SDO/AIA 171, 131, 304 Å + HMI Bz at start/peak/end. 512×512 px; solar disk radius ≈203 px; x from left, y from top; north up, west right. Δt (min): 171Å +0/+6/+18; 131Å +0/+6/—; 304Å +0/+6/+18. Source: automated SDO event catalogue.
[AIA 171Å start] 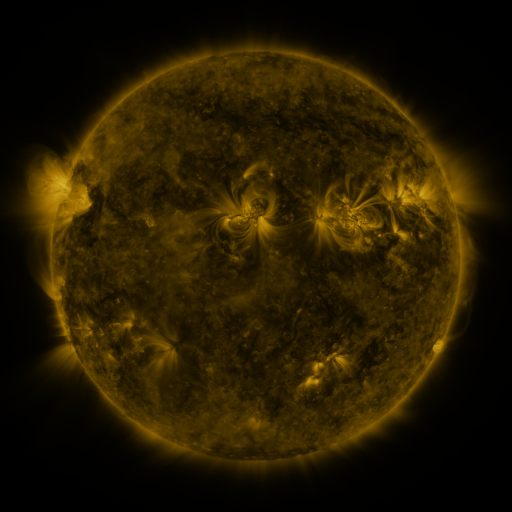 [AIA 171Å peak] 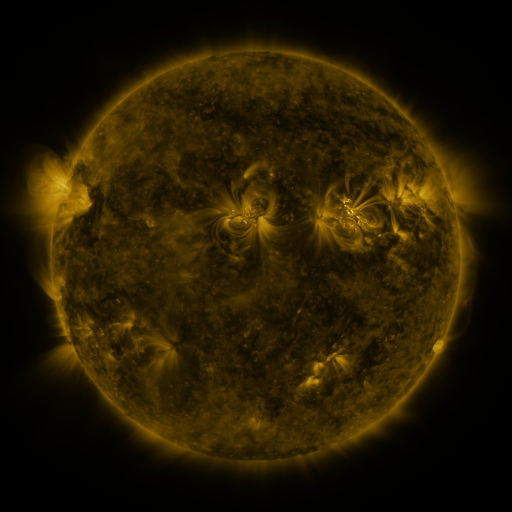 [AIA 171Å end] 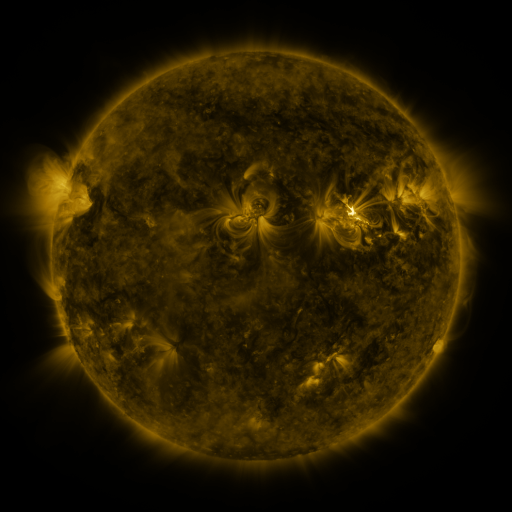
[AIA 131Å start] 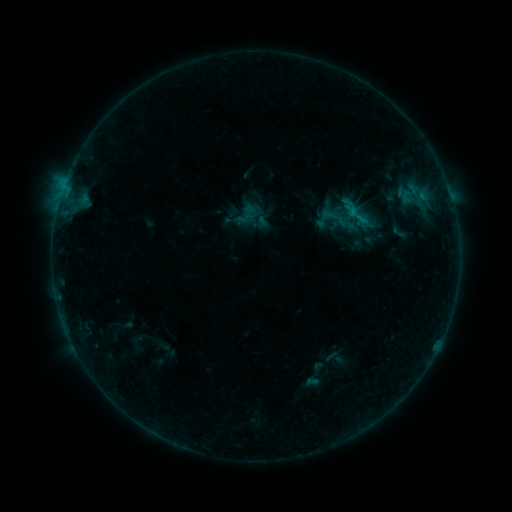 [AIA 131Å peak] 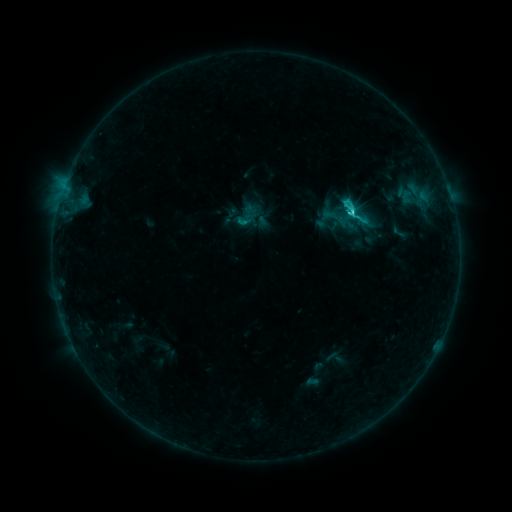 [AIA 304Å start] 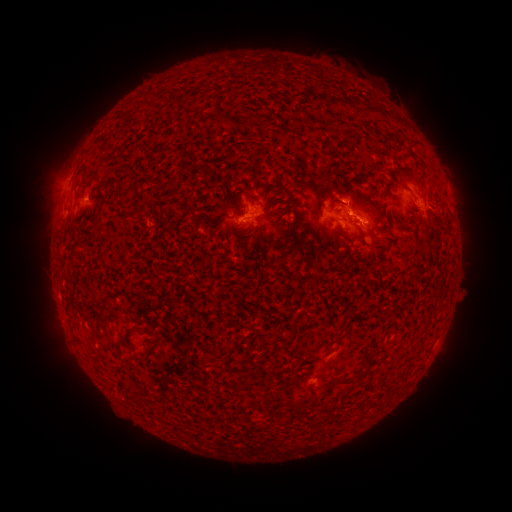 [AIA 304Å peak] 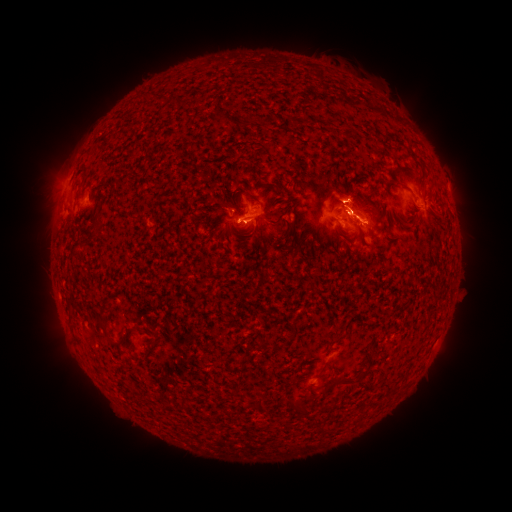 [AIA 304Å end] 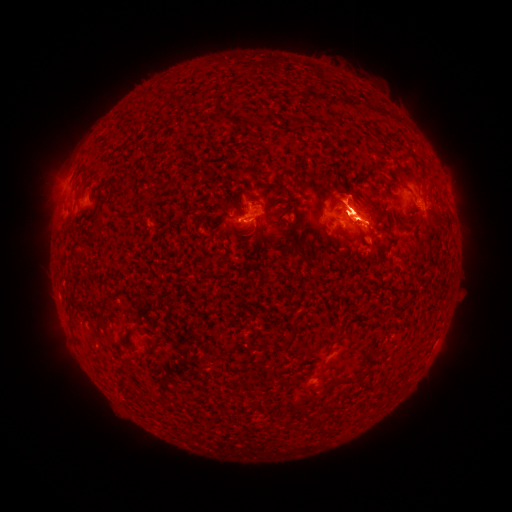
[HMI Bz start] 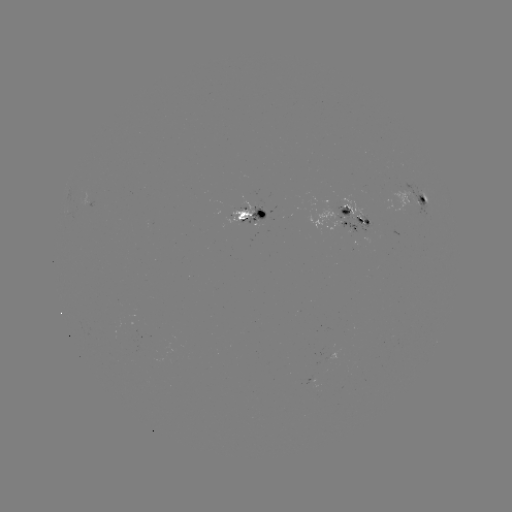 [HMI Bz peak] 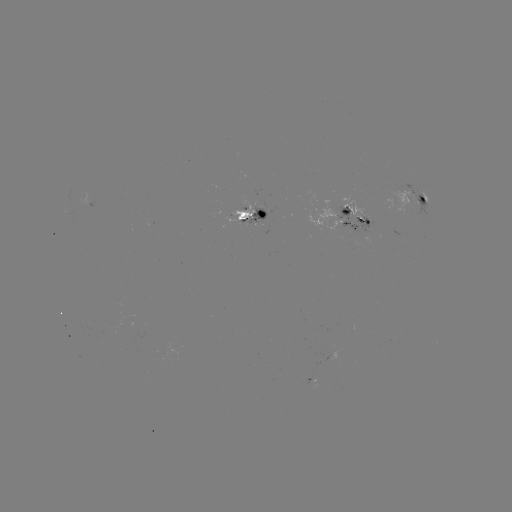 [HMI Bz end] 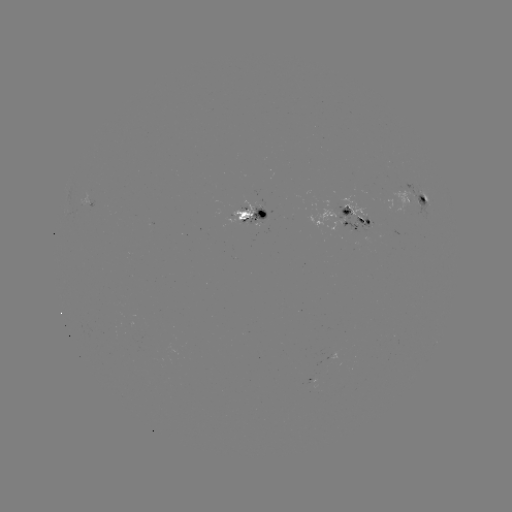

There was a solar eruption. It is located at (349, 197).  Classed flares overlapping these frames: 1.